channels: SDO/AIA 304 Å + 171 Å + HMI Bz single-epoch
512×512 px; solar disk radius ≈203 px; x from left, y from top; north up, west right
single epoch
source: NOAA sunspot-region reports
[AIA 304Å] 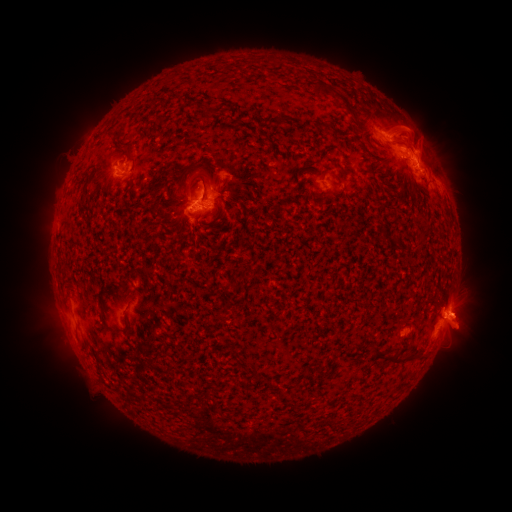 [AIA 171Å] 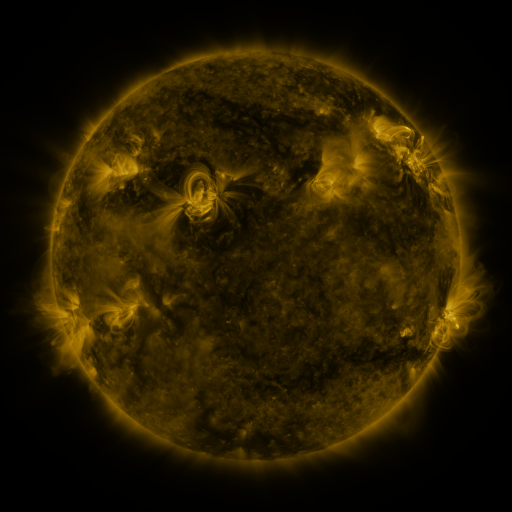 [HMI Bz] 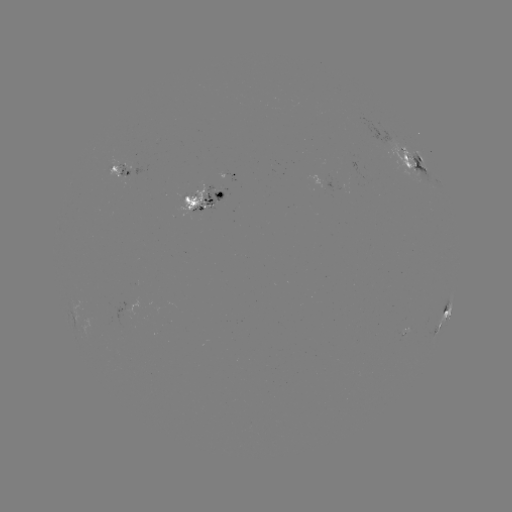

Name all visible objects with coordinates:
spotted active region: (415, 161)
spotted active region: (122, 169)
spotted active region: (316, 179)
spotted active region: (214, 192)
spotted active region: (443, 320)
